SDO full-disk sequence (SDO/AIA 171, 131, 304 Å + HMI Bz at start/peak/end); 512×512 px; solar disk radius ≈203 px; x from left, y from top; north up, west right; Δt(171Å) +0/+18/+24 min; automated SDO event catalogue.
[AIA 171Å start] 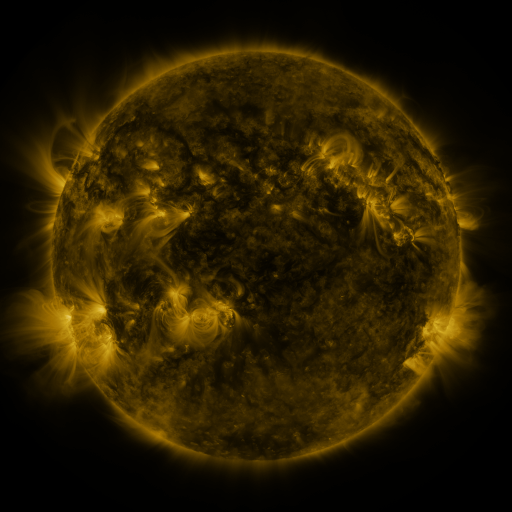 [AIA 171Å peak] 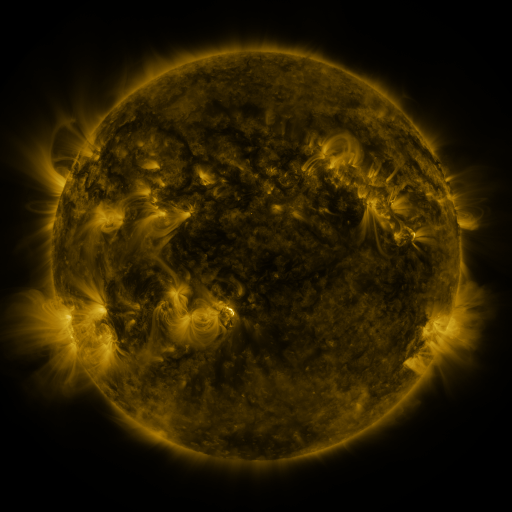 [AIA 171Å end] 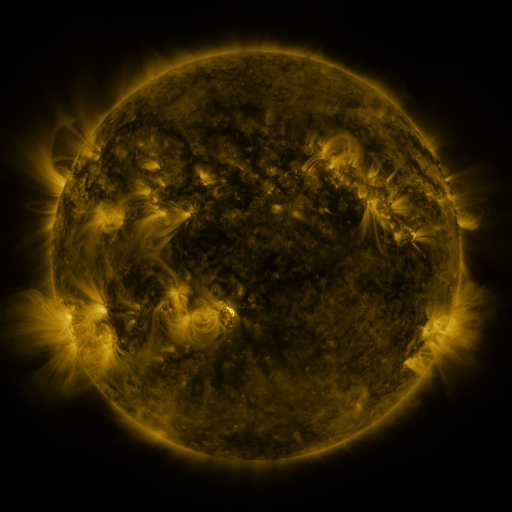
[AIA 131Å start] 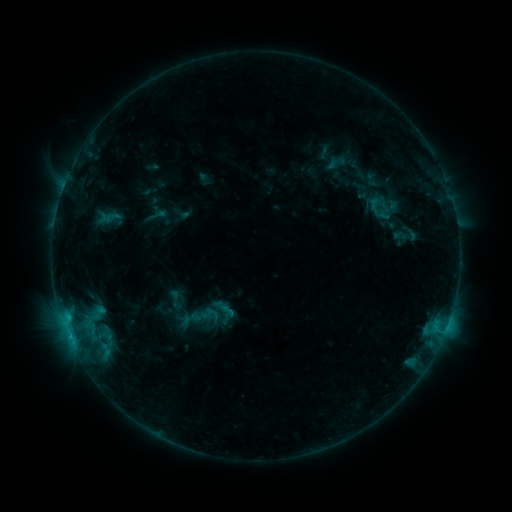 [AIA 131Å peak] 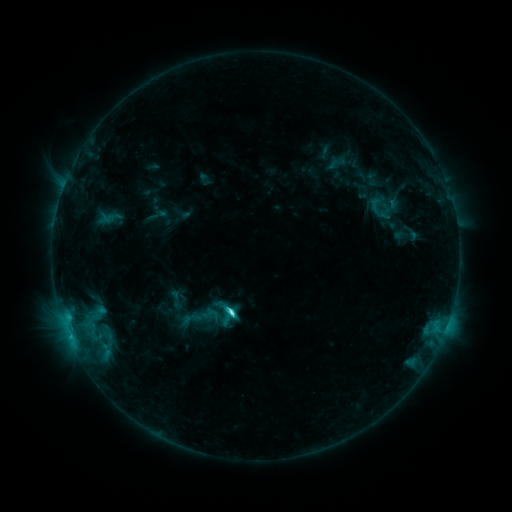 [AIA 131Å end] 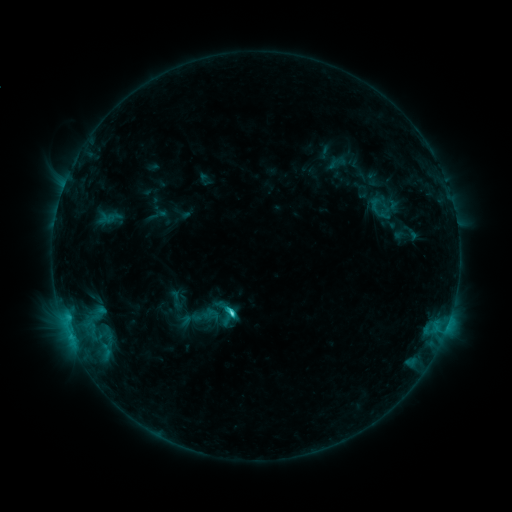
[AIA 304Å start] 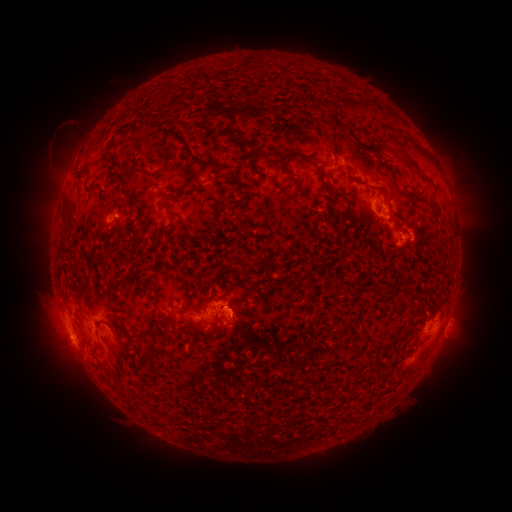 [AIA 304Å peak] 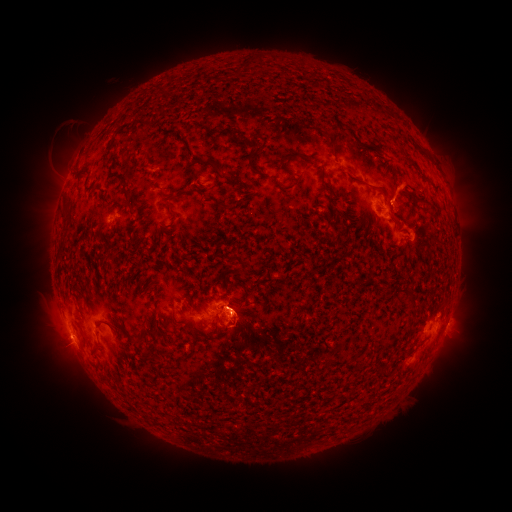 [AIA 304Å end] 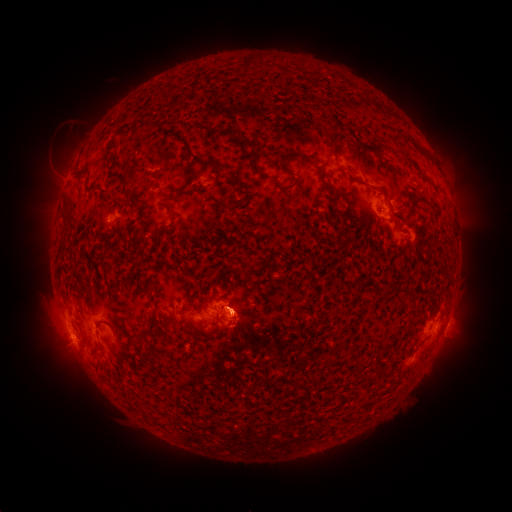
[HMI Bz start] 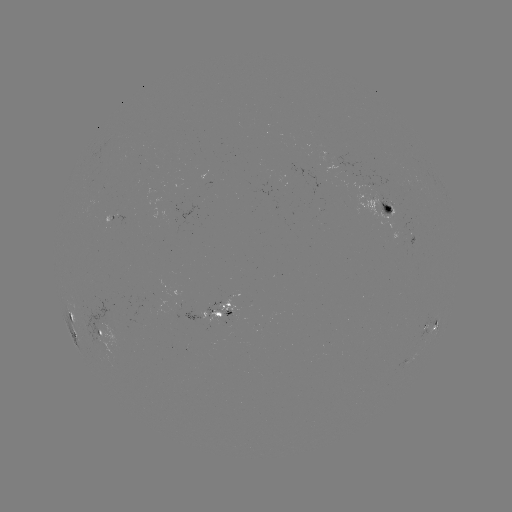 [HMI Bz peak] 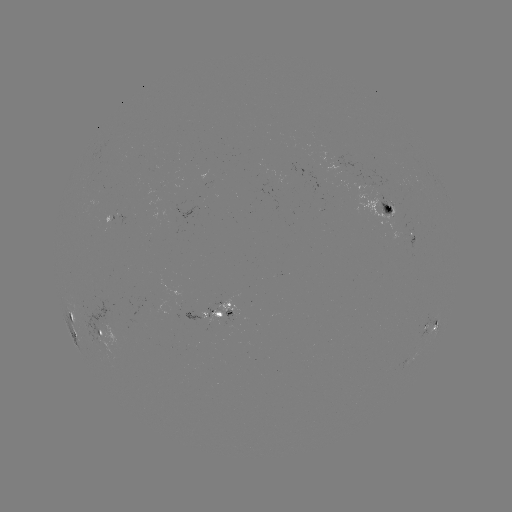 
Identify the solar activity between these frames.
C4.0 flare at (232, 310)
